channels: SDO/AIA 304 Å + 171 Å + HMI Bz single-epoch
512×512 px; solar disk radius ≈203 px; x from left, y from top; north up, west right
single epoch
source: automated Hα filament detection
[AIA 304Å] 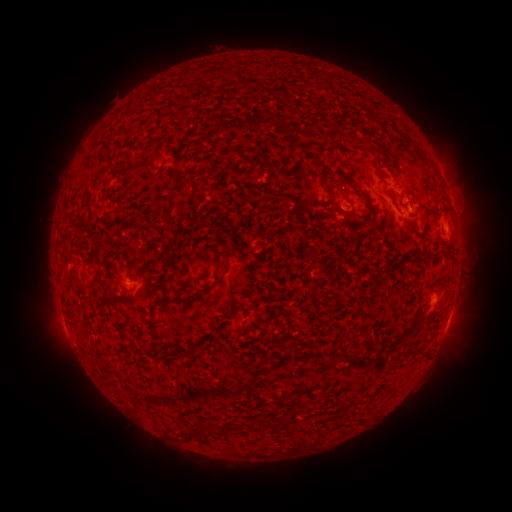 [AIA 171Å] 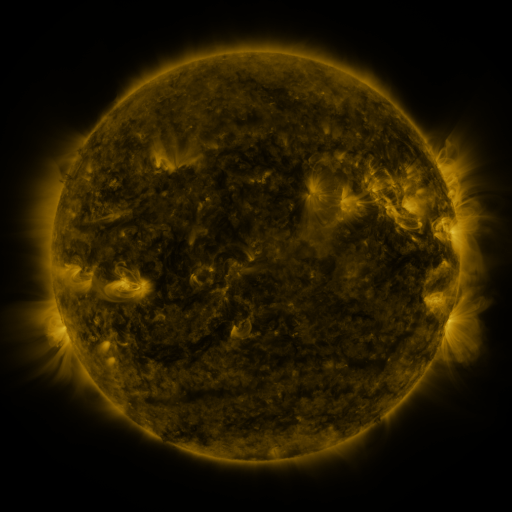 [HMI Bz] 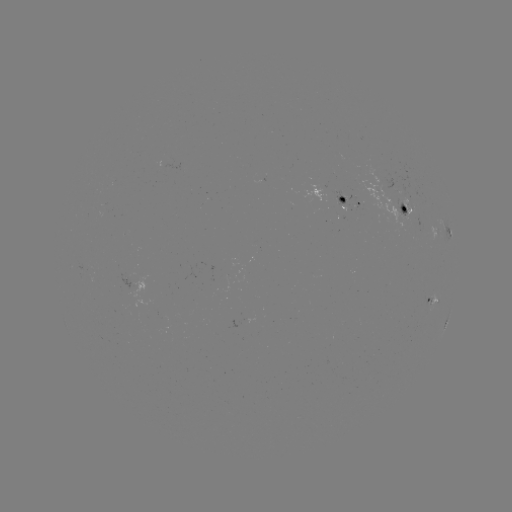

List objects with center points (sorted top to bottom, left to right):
filament: (345, 177)
filament: (326, 183)
filament: (152, 227)
filament: (218, 281)
filament: (354, 336)
filament: (290, 337)
filament: (176, 351)
filament: (286, 355)
filament: (204, 425)
